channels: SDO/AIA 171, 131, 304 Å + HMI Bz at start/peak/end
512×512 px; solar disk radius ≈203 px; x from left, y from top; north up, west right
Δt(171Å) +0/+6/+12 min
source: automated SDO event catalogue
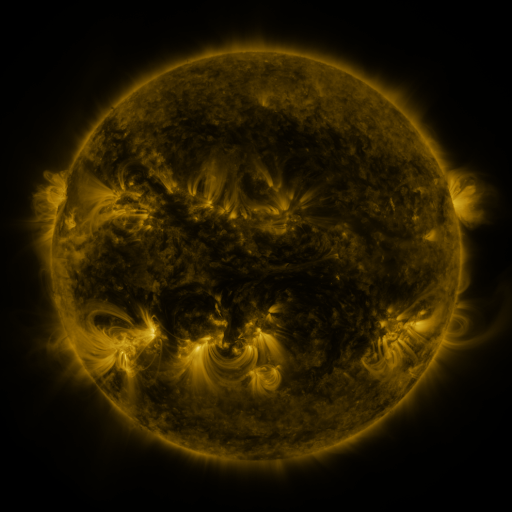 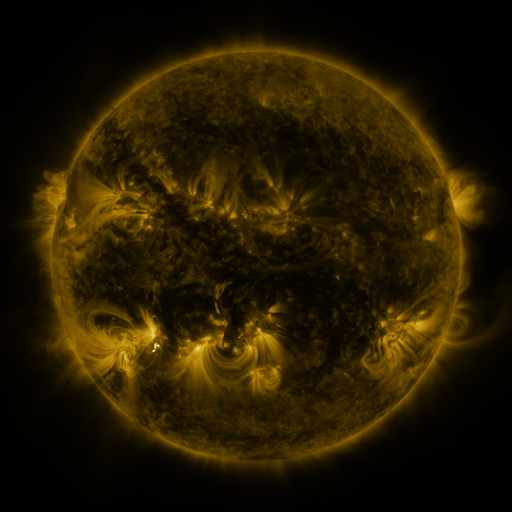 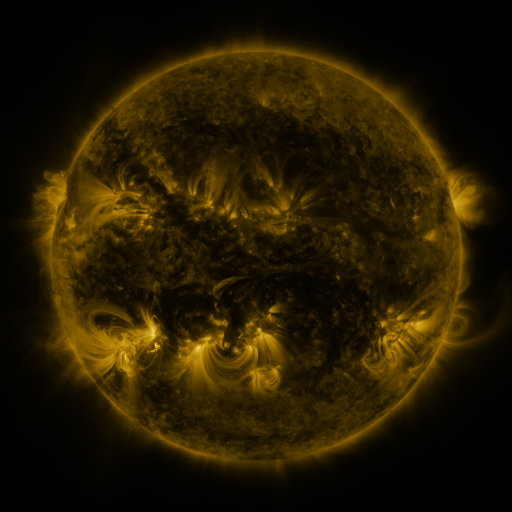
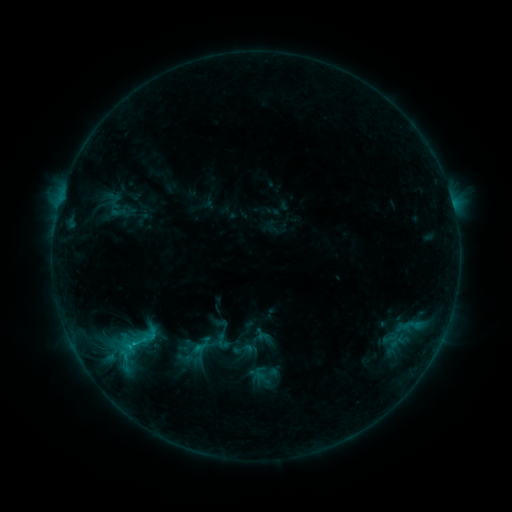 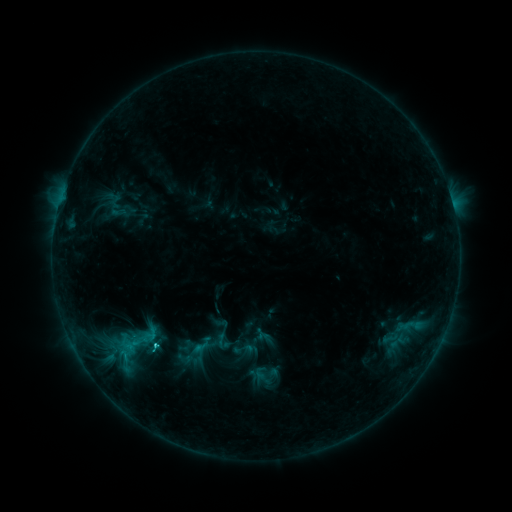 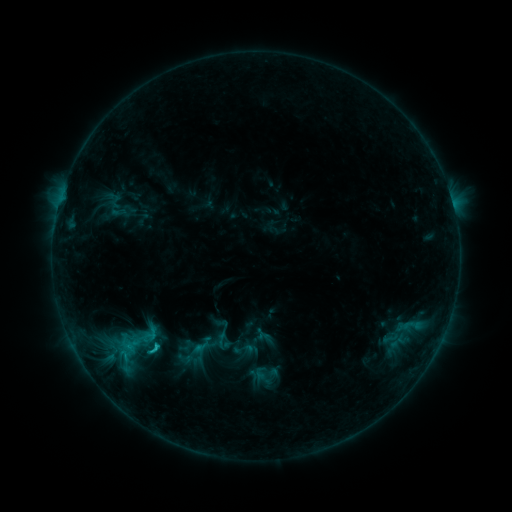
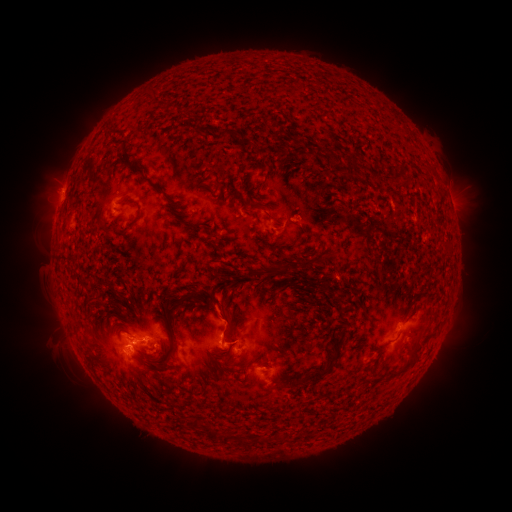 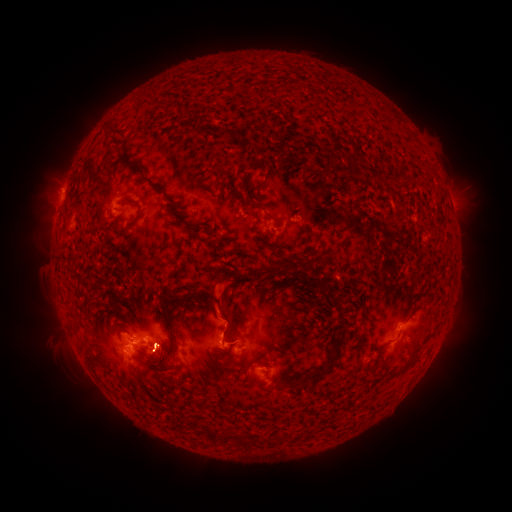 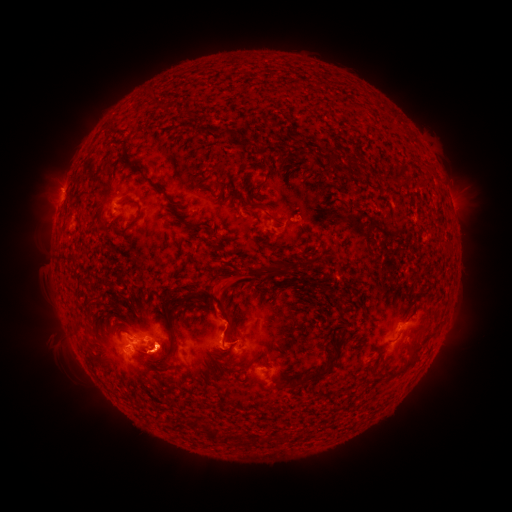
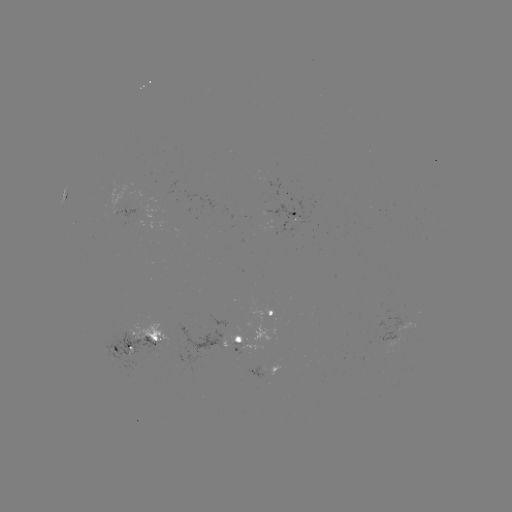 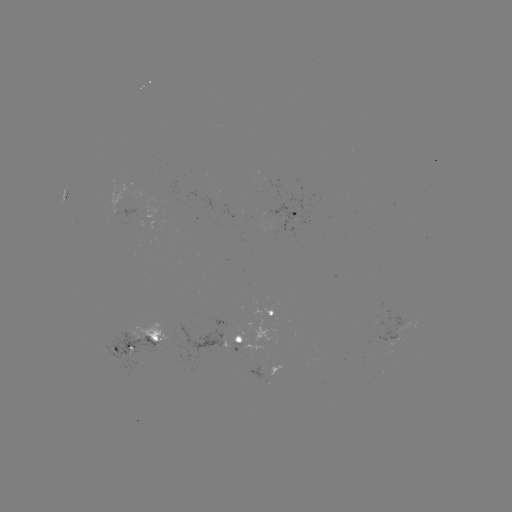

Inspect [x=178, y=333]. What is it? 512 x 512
eruption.